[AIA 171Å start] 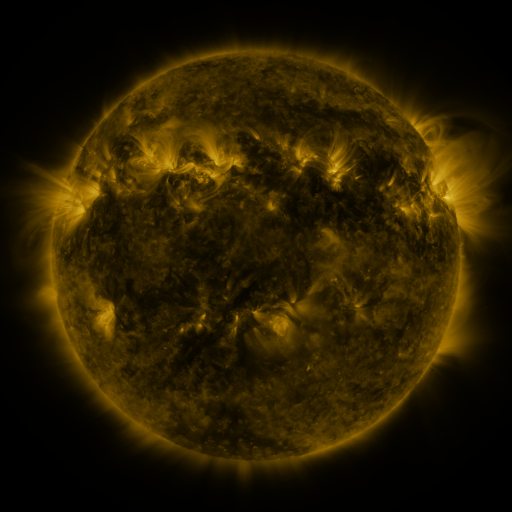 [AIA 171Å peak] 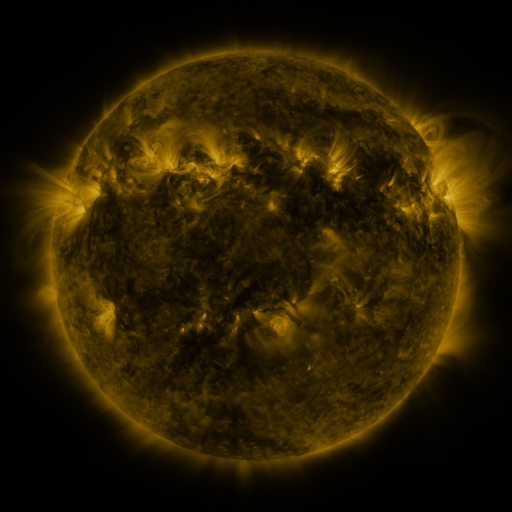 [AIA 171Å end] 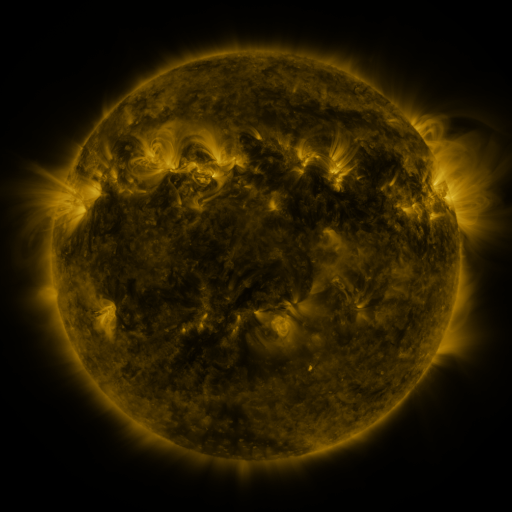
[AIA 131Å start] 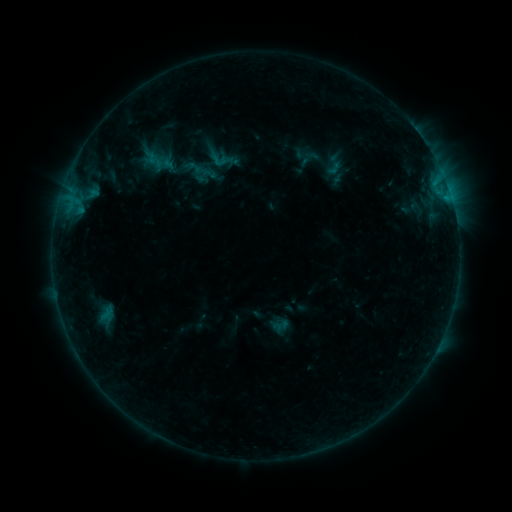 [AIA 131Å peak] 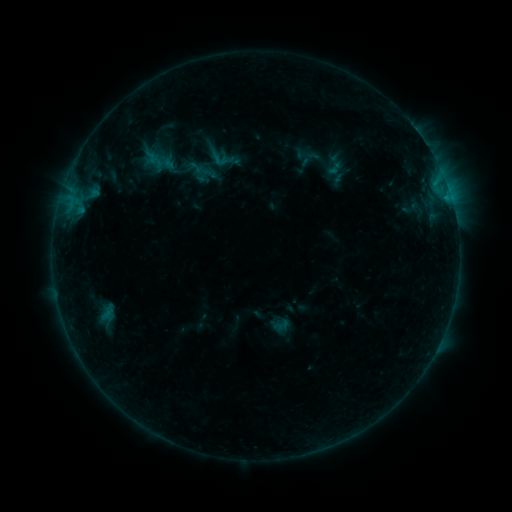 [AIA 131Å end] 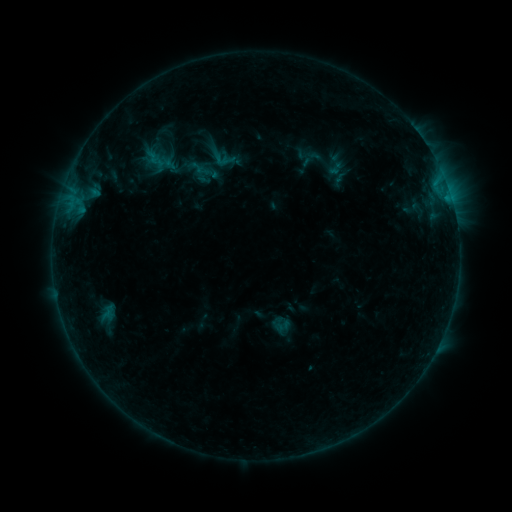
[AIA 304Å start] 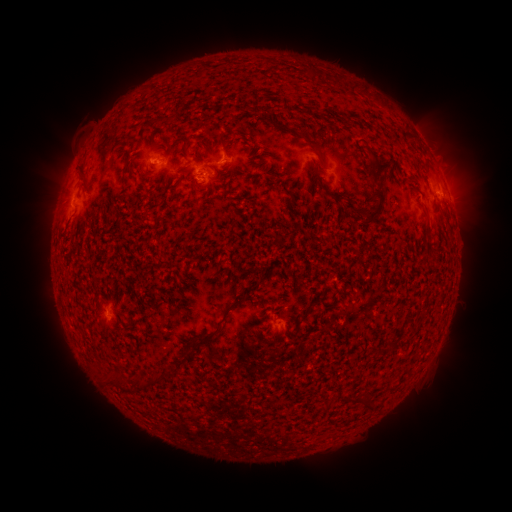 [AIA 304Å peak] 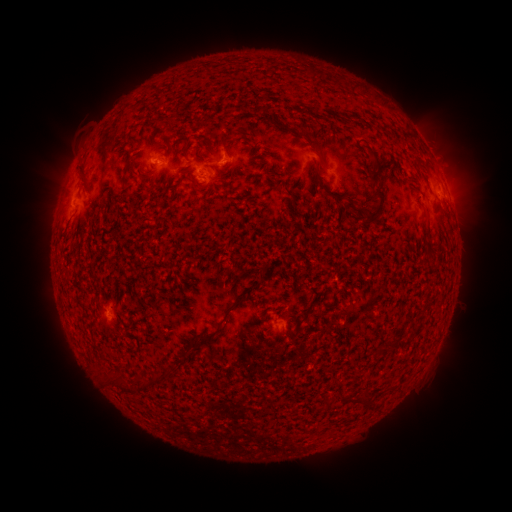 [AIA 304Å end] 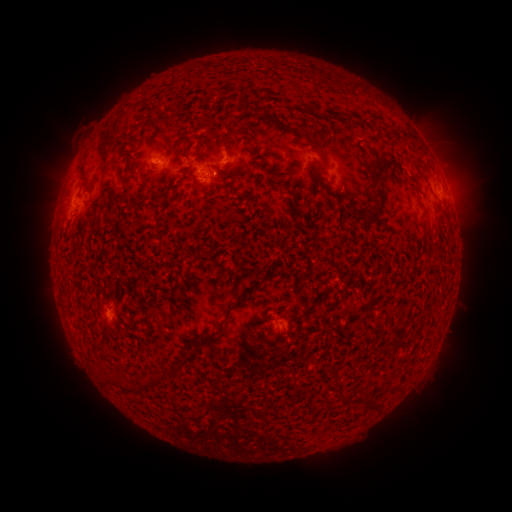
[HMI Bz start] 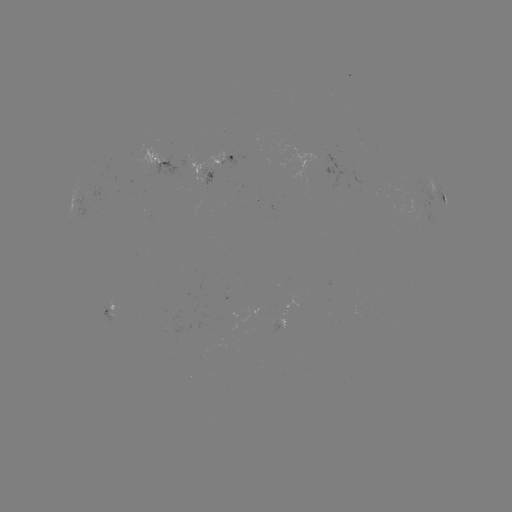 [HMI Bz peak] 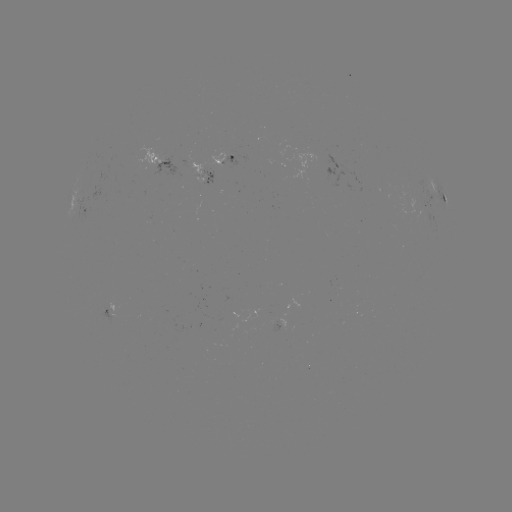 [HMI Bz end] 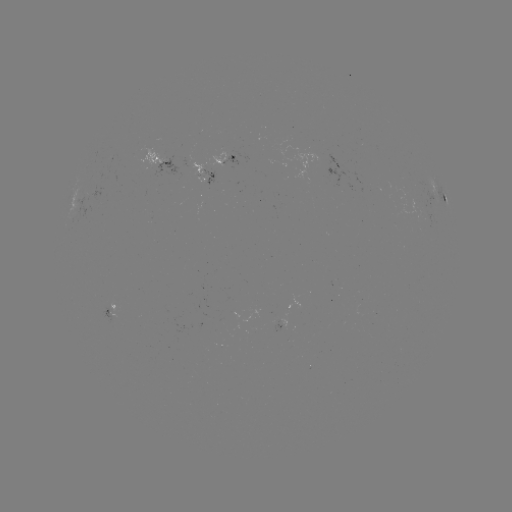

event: emerging-flux region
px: (165, 163)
